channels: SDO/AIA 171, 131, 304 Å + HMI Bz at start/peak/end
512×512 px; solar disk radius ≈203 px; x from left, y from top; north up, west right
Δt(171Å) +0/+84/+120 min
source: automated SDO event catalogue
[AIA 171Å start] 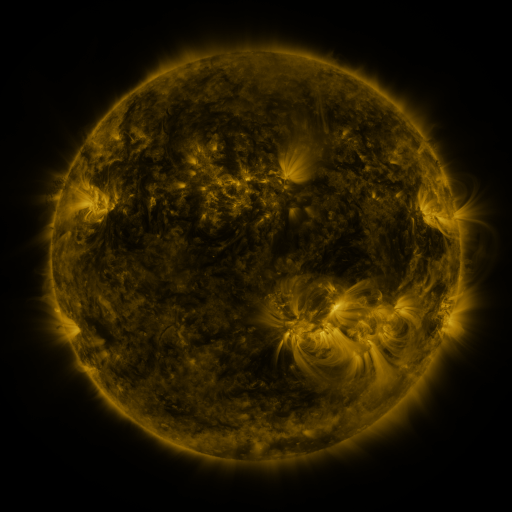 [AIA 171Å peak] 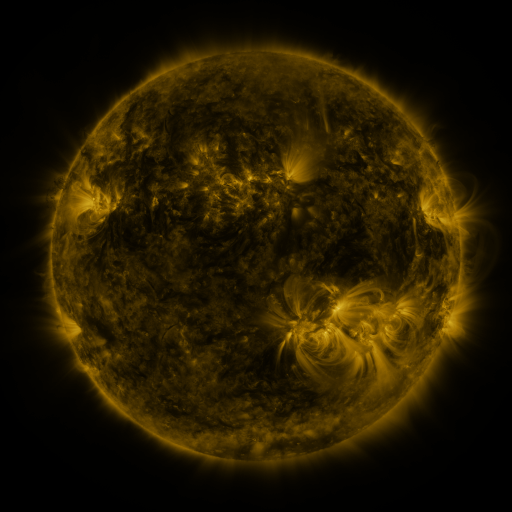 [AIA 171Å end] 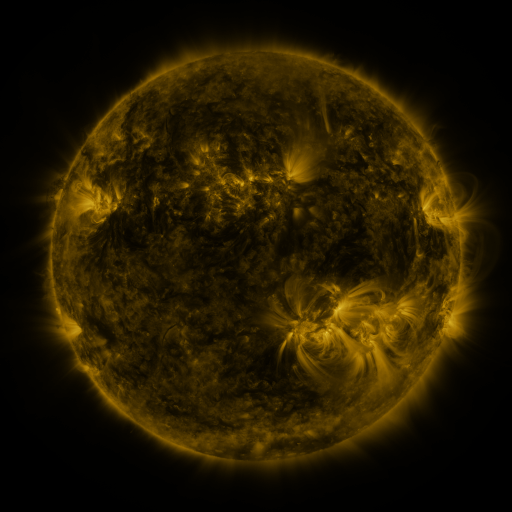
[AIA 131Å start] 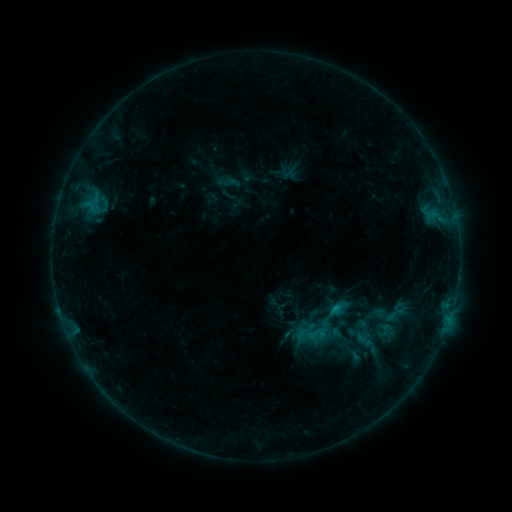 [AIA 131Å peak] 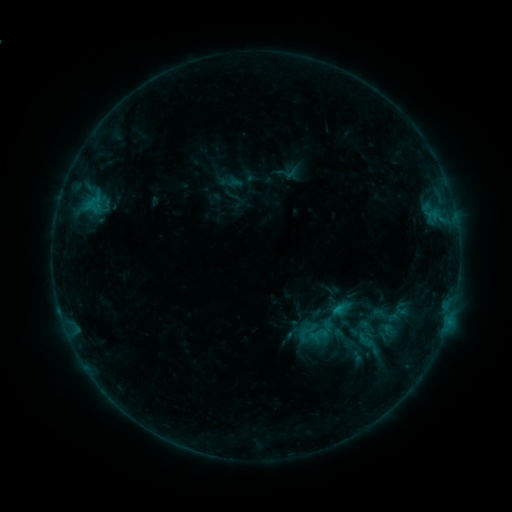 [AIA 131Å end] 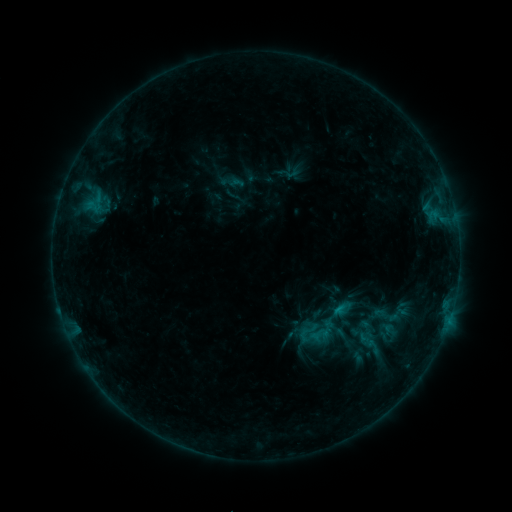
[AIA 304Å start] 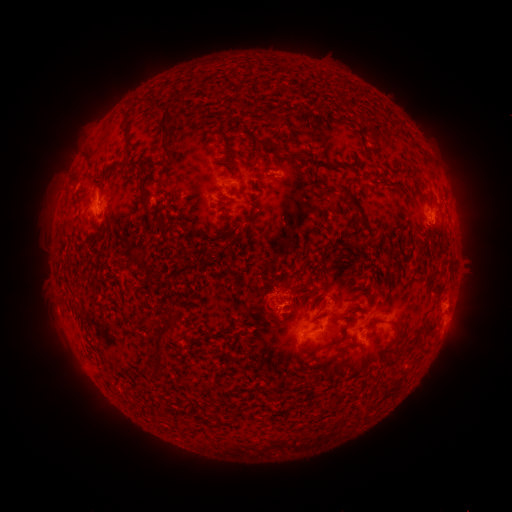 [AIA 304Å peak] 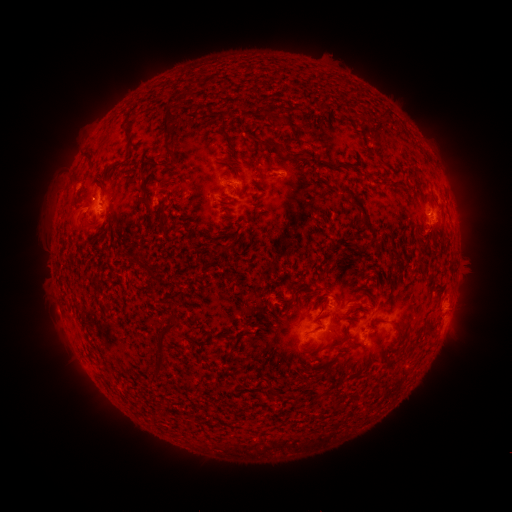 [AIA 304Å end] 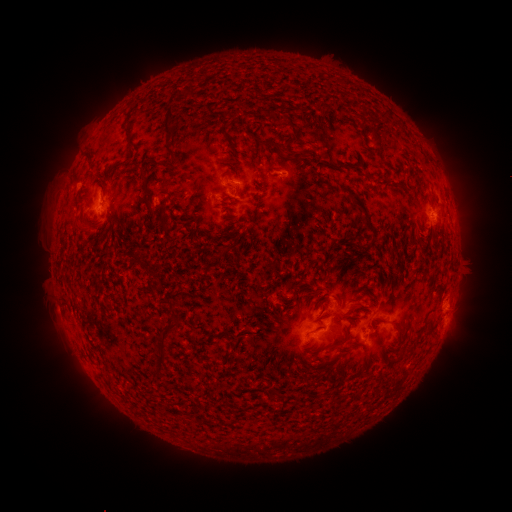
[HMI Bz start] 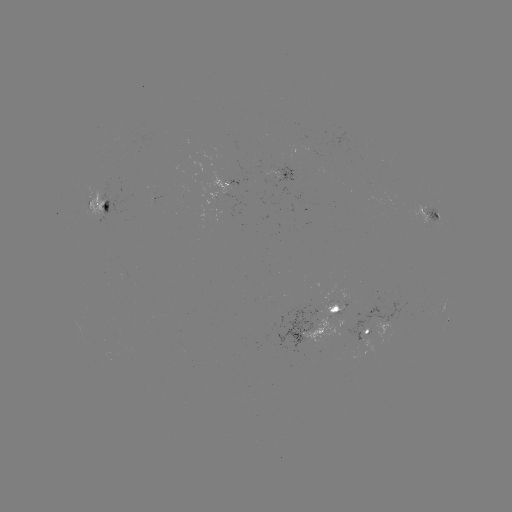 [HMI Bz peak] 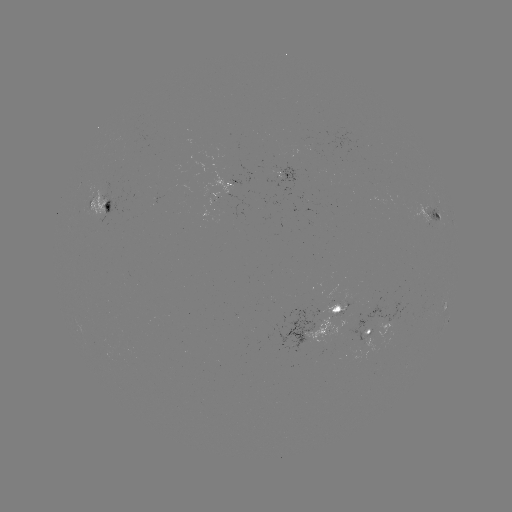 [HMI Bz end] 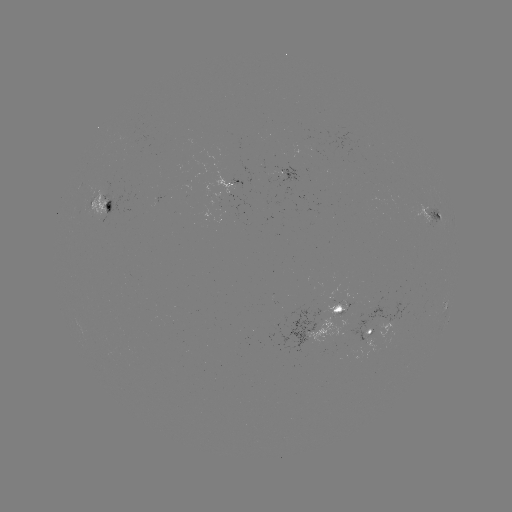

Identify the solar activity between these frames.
emerging-flux region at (186, 185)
